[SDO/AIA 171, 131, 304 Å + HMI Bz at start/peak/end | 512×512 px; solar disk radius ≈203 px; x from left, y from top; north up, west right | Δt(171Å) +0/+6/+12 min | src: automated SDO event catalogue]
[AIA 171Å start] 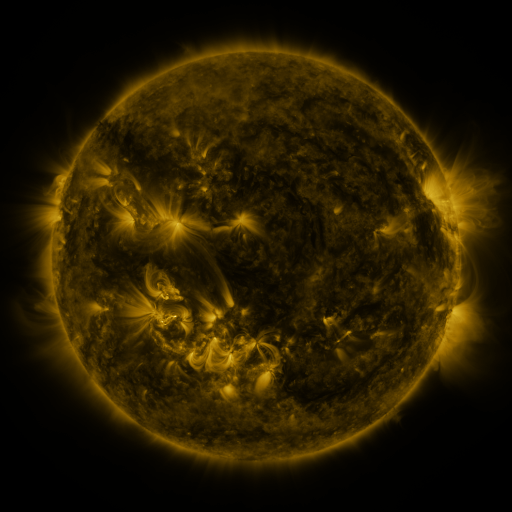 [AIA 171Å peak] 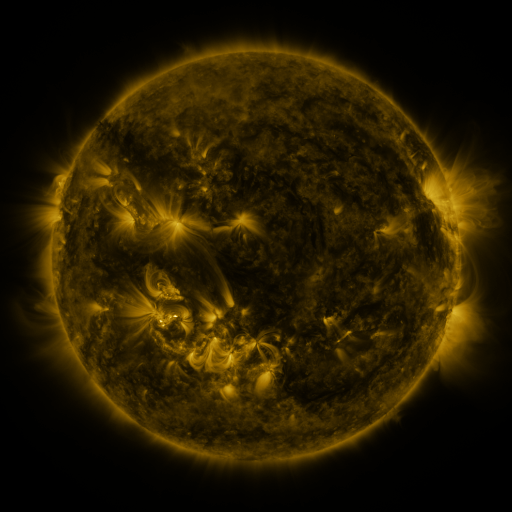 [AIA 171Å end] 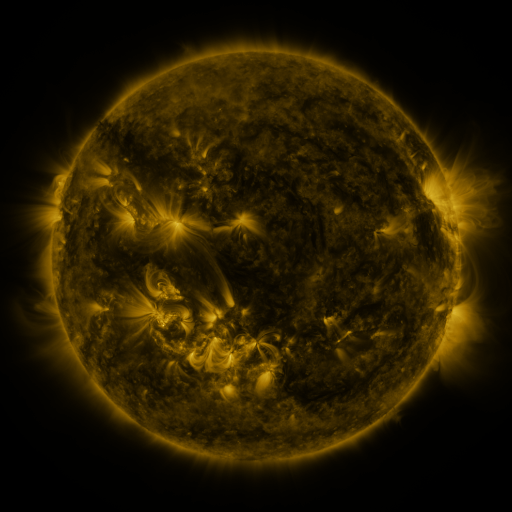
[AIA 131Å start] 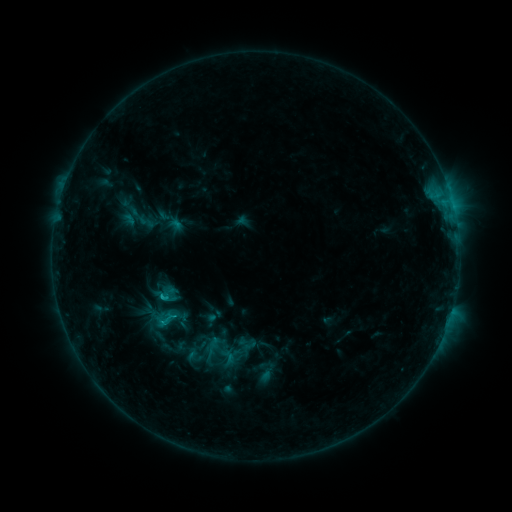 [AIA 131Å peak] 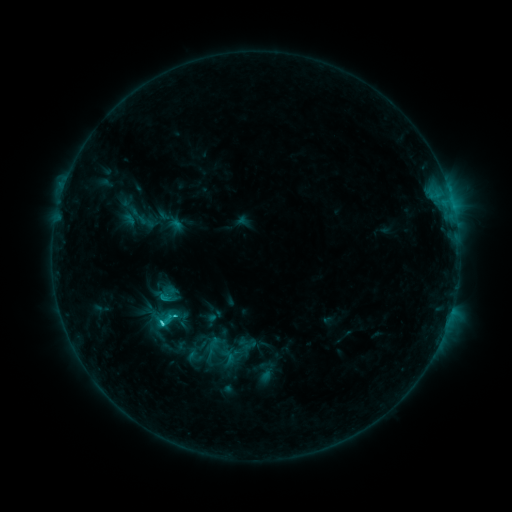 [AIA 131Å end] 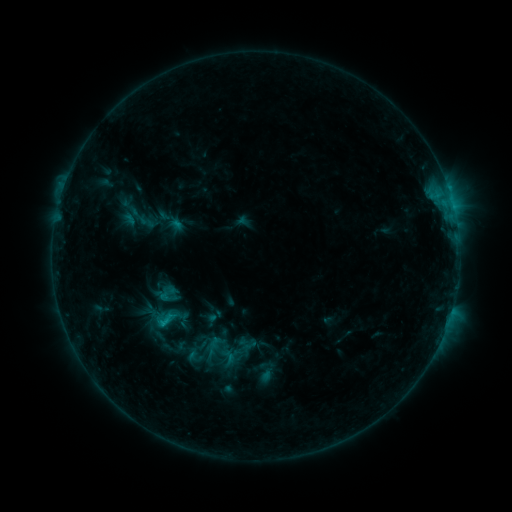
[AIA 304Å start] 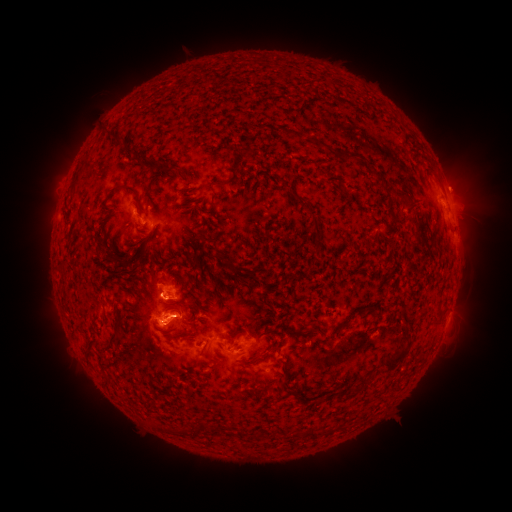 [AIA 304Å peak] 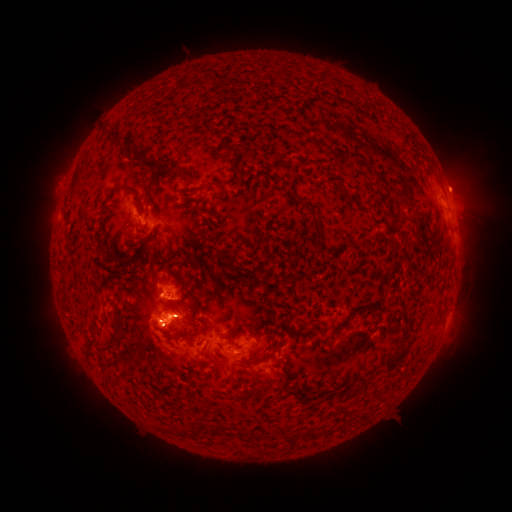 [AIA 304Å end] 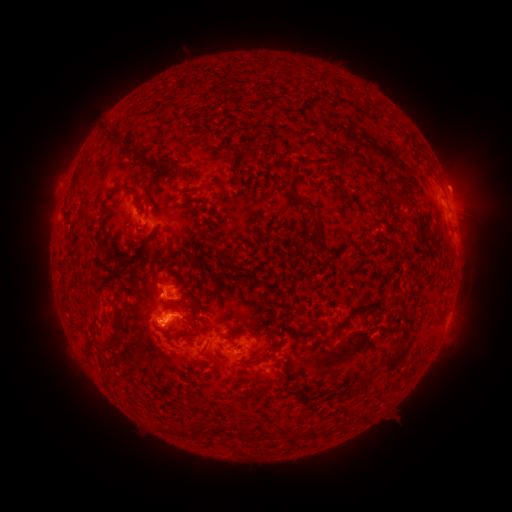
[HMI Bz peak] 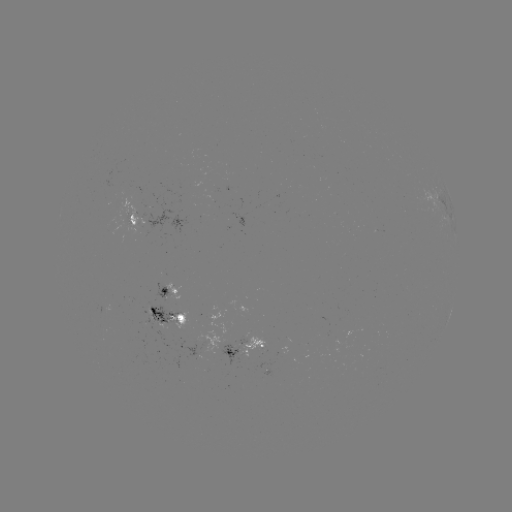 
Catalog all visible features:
C1.9 flare: (161, 321)
